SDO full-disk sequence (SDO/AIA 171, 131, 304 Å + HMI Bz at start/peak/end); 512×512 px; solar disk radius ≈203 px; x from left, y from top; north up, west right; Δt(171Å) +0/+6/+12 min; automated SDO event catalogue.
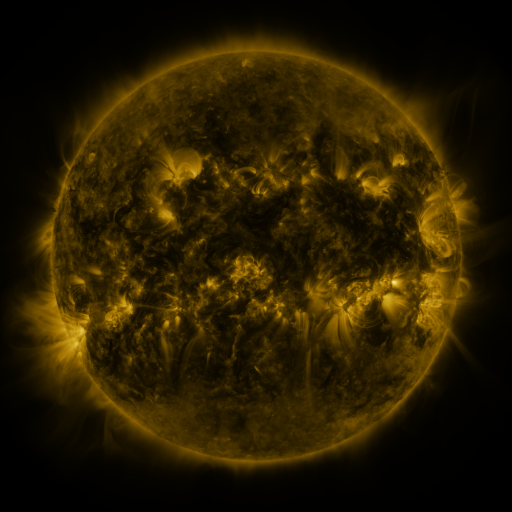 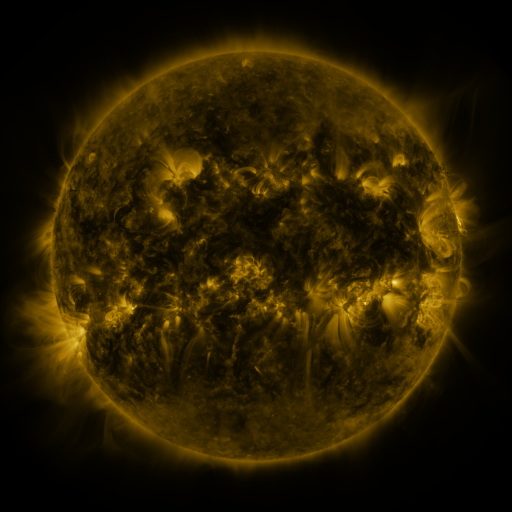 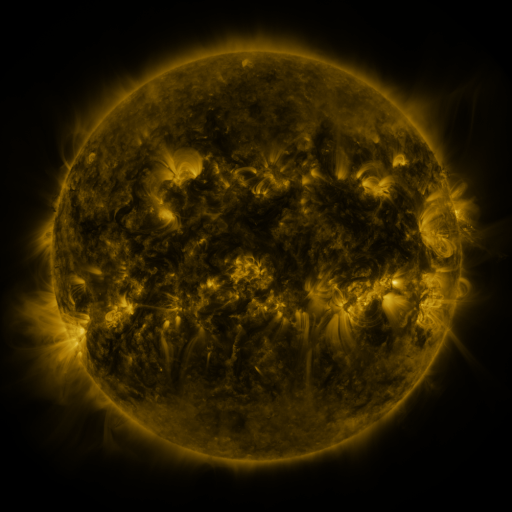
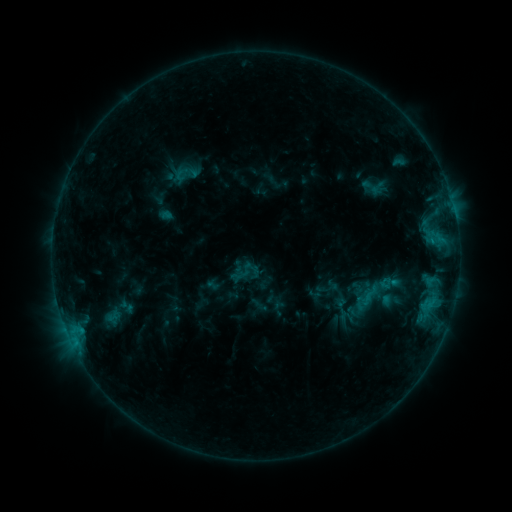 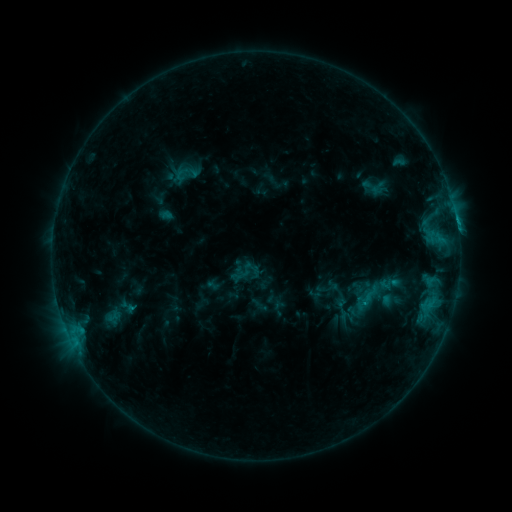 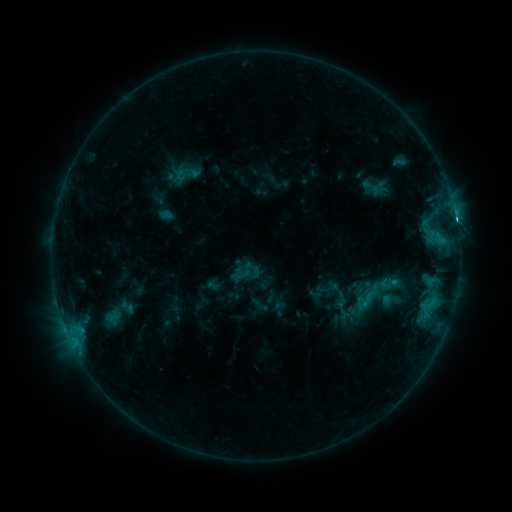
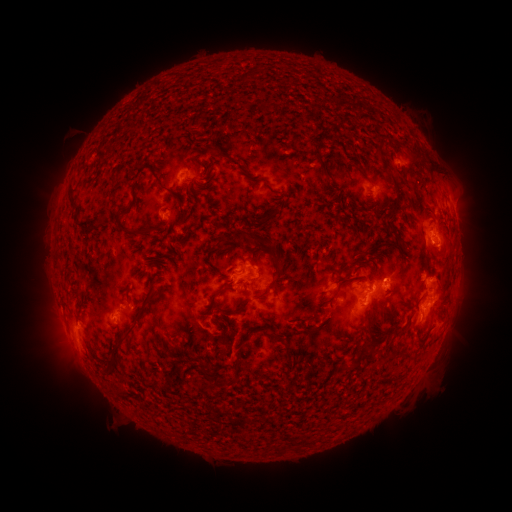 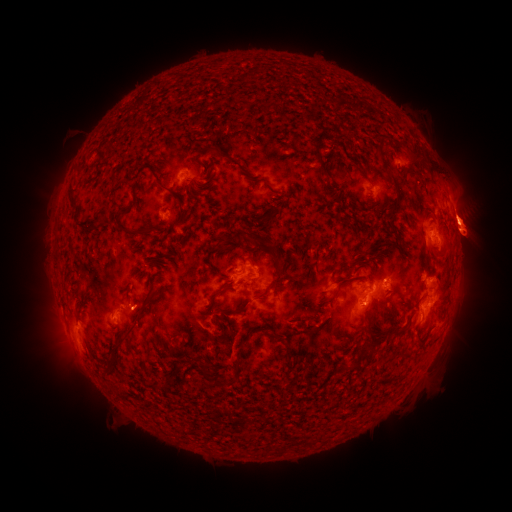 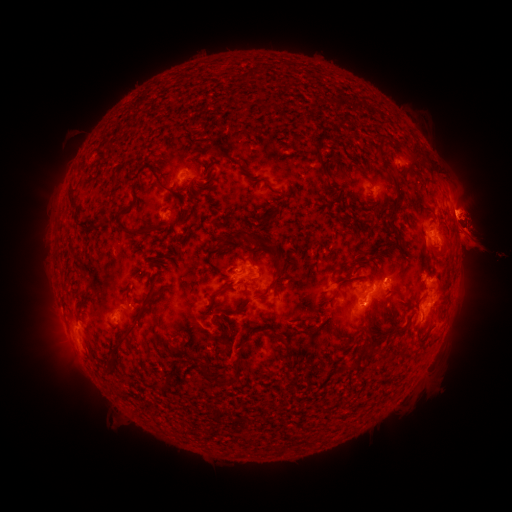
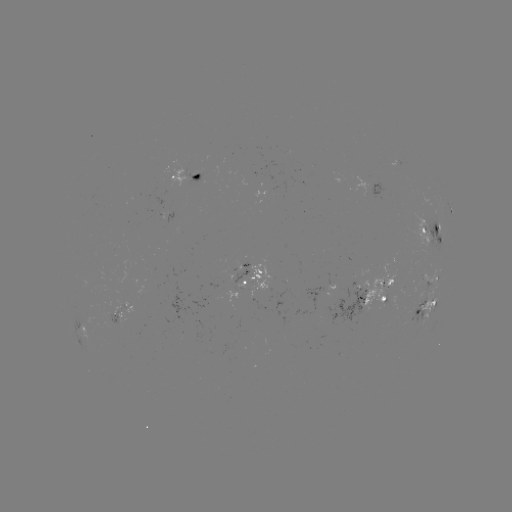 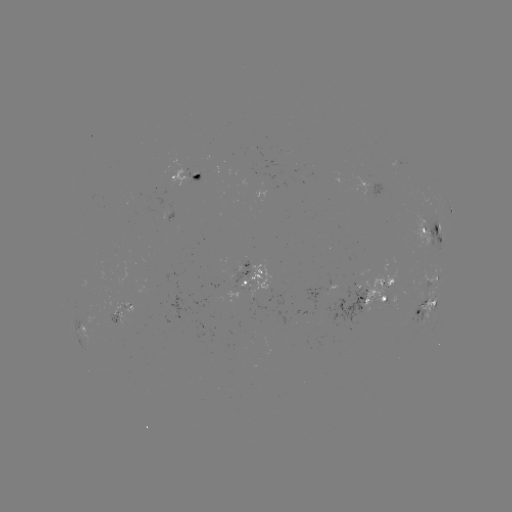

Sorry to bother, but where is C2.8 flare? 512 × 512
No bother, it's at (456, 223).